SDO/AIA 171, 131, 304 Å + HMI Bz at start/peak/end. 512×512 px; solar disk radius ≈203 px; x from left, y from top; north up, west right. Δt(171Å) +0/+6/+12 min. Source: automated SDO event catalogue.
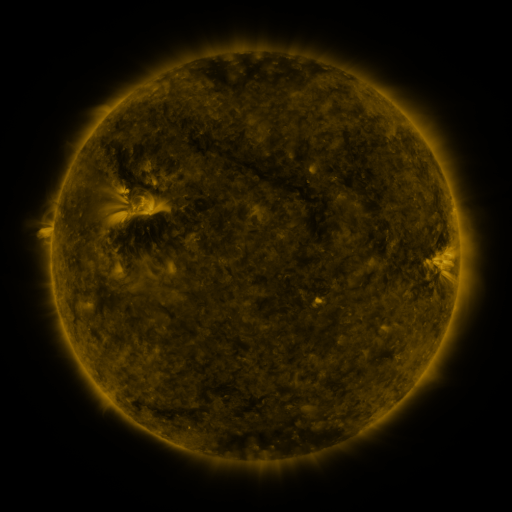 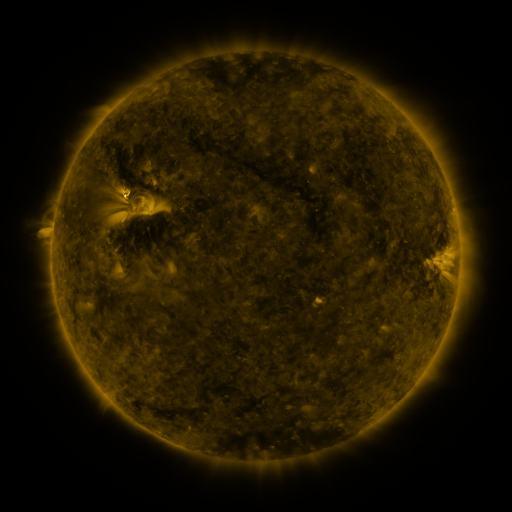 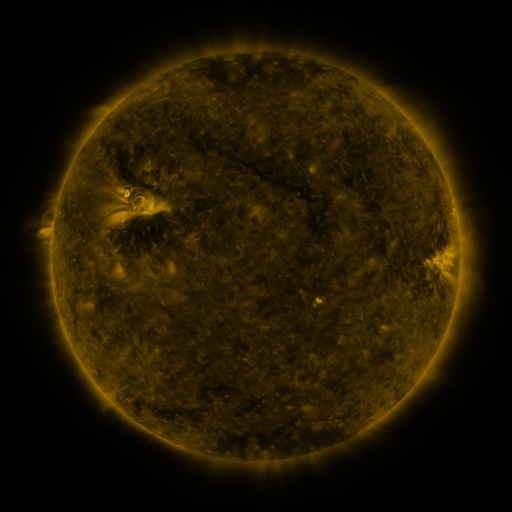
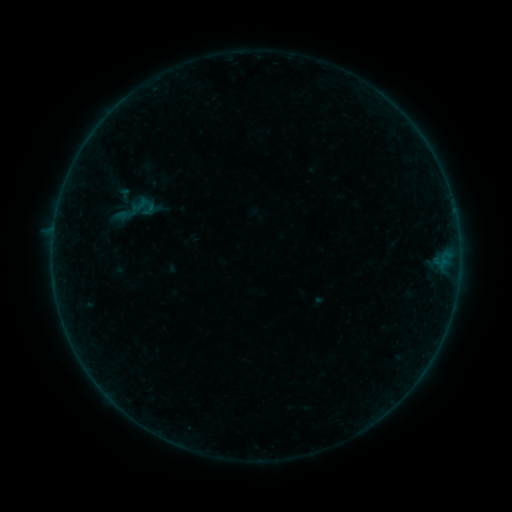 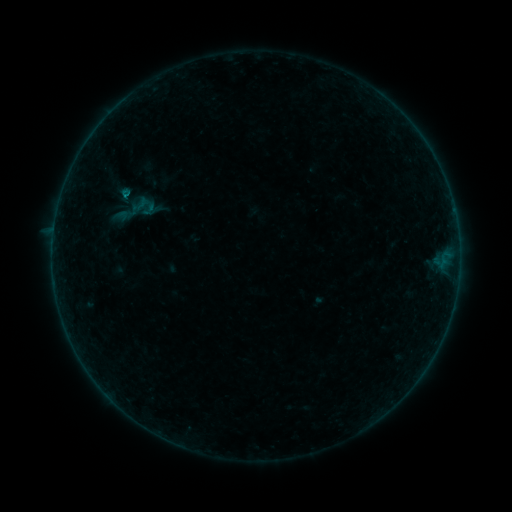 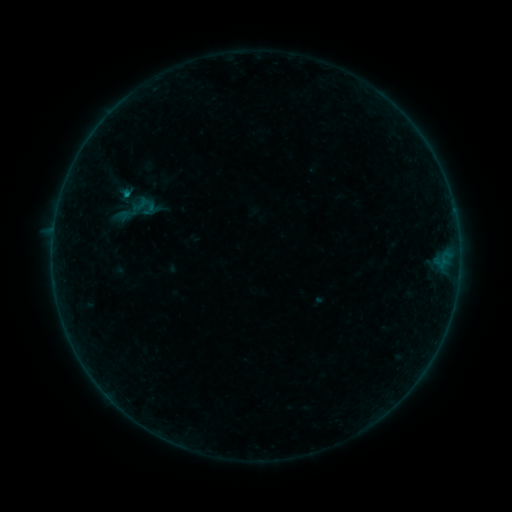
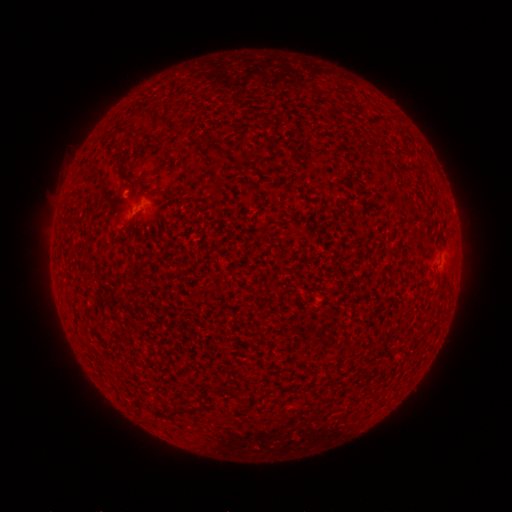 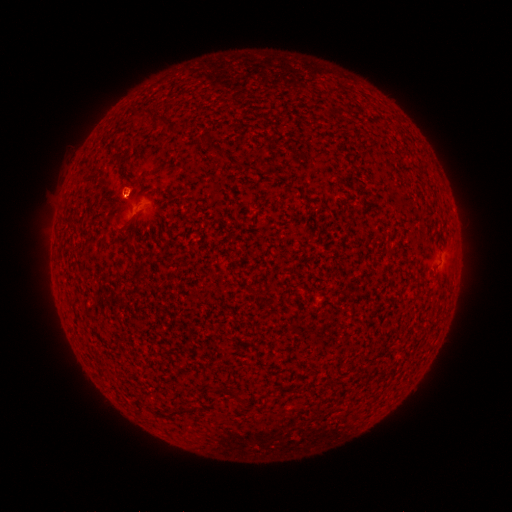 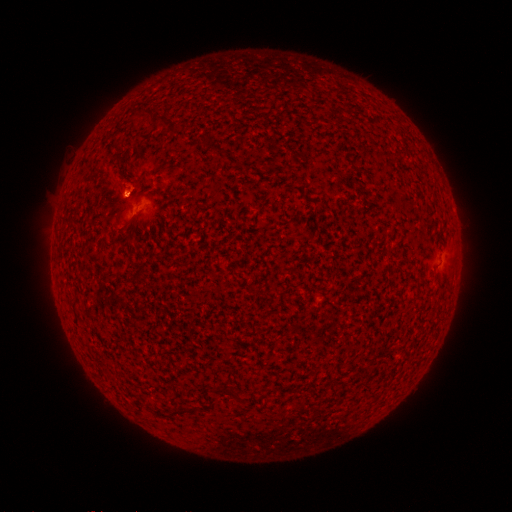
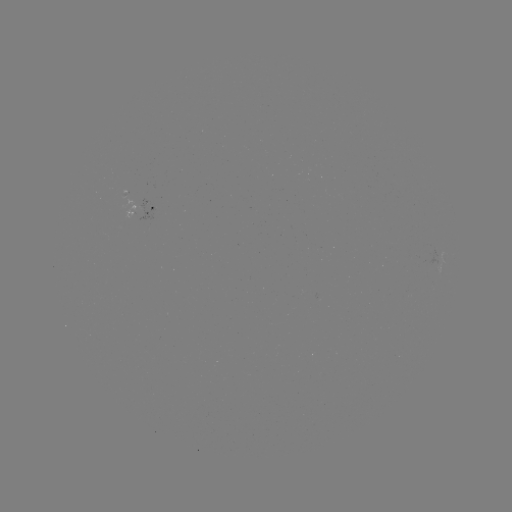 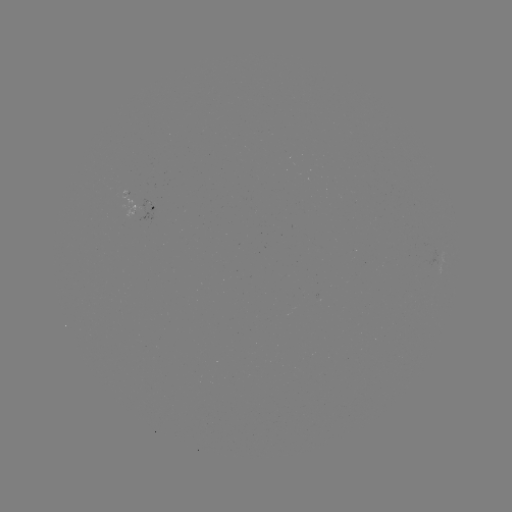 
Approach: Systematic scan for B2.1 flare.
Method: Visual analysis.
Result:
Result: B2.1 flare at [127, 198].